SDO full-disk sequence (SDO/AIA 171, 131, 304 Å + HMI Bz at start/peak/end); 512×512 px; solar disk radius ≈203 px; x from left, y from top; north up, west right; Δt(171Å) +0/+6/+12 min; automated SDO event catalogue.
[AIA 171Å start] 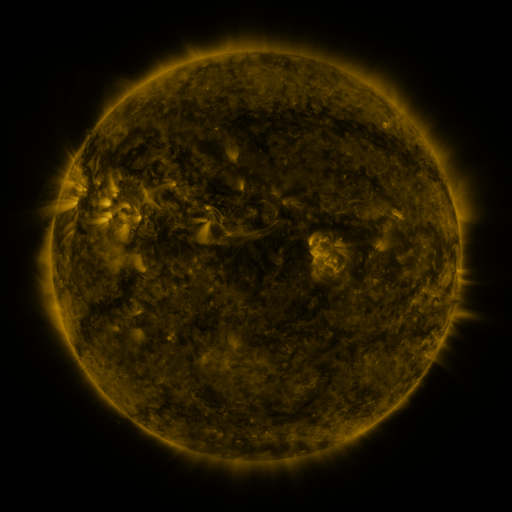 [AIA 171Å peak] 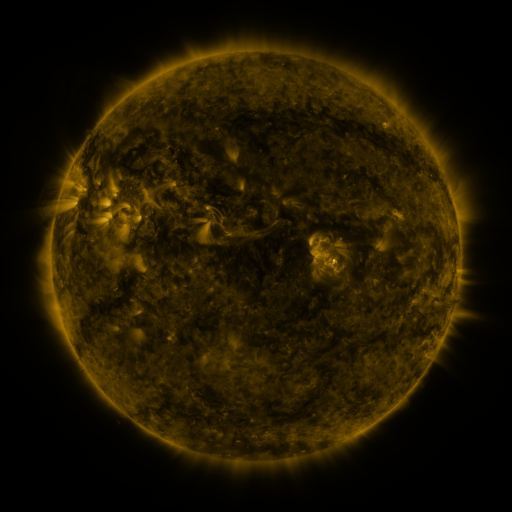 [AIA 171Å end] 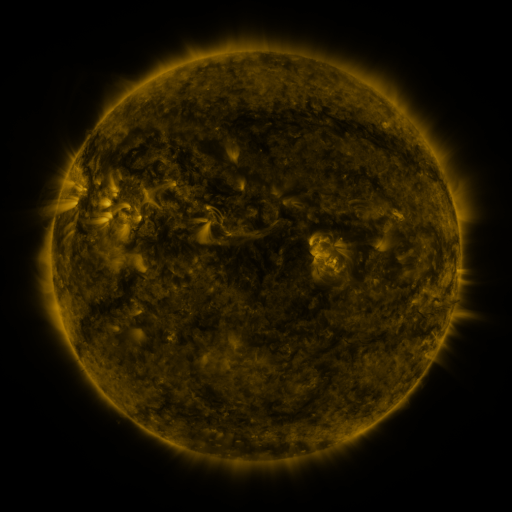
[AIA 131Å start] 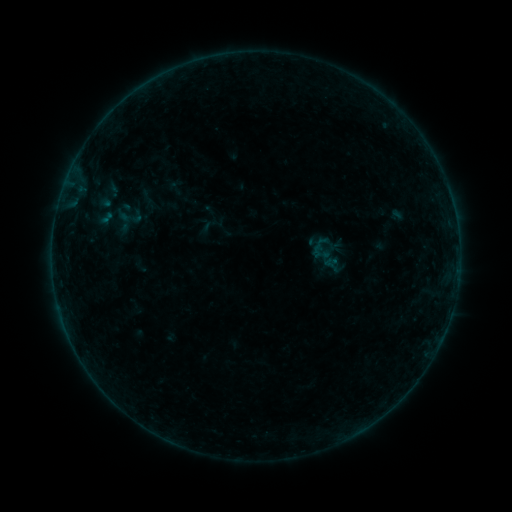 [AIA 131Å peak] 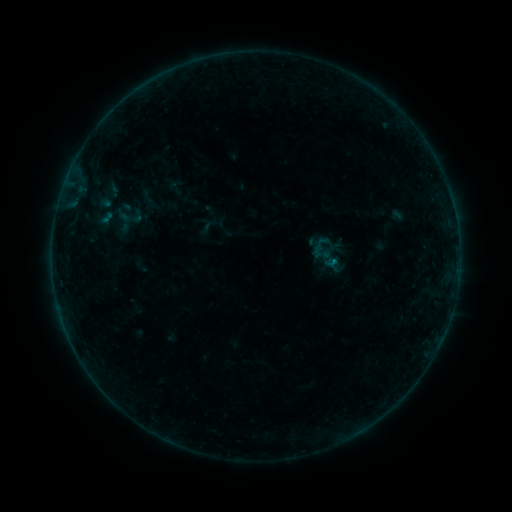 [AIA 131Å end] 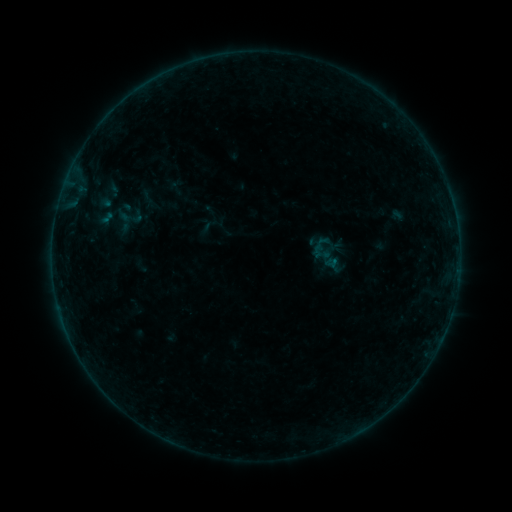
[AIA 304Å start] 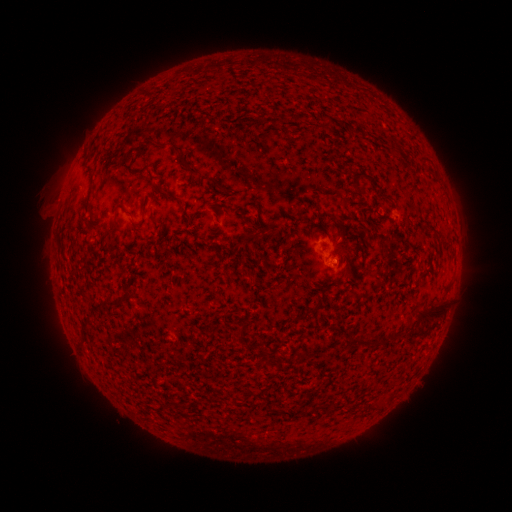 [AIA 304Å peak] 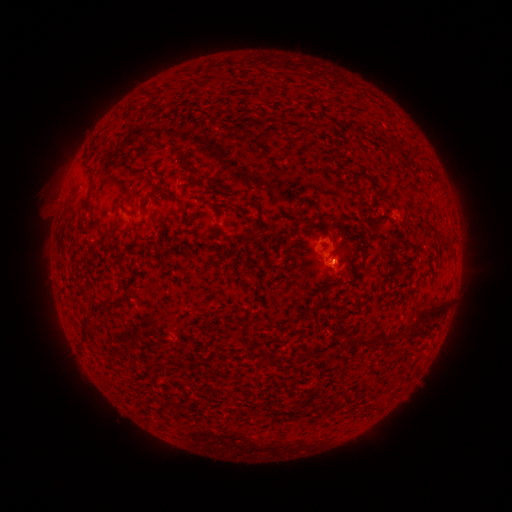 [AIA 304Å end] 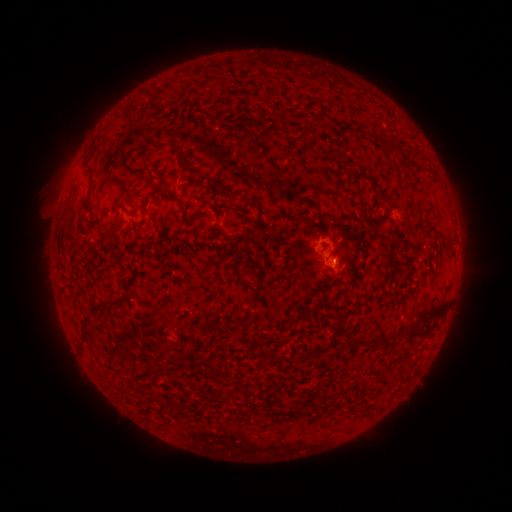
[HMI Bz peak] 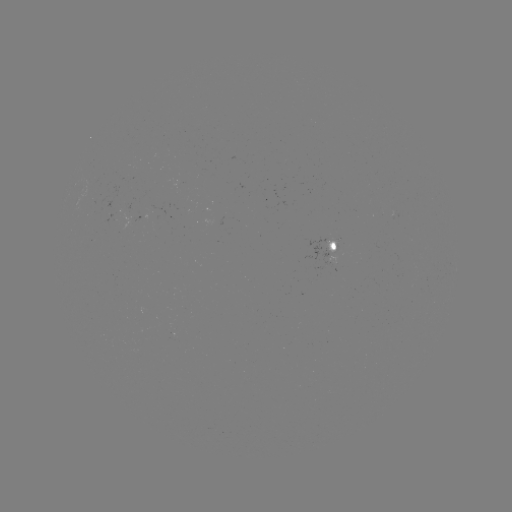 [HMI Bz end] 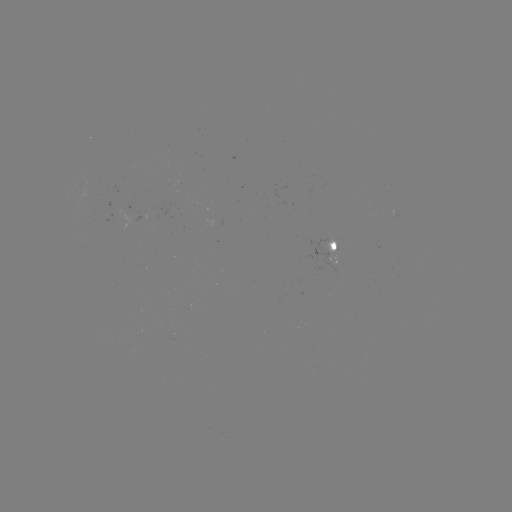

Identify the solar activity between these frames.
B1.1 flare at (331, 259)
